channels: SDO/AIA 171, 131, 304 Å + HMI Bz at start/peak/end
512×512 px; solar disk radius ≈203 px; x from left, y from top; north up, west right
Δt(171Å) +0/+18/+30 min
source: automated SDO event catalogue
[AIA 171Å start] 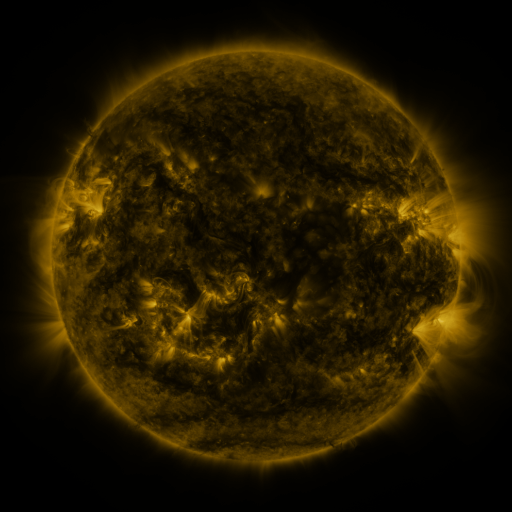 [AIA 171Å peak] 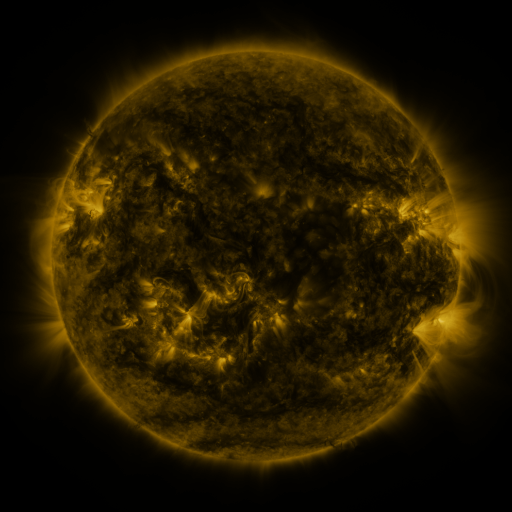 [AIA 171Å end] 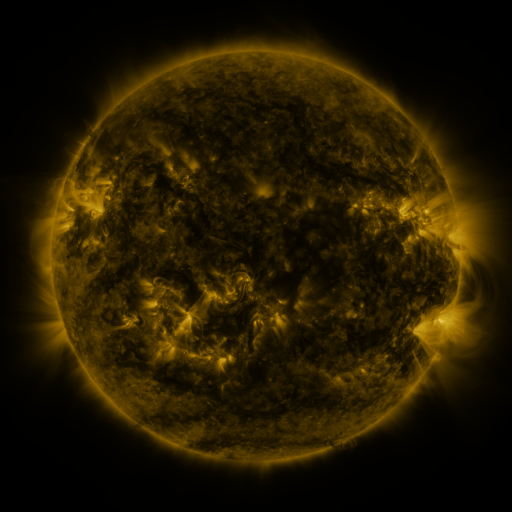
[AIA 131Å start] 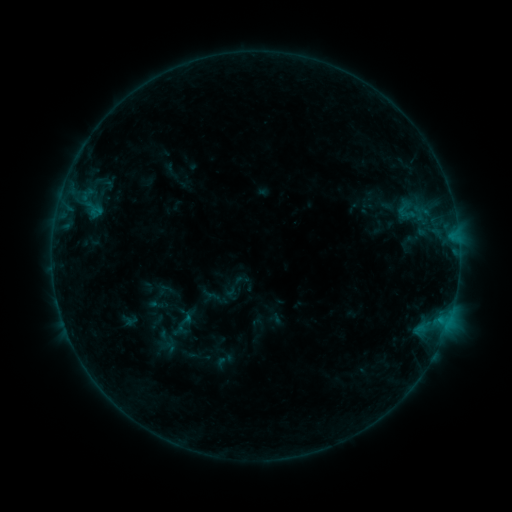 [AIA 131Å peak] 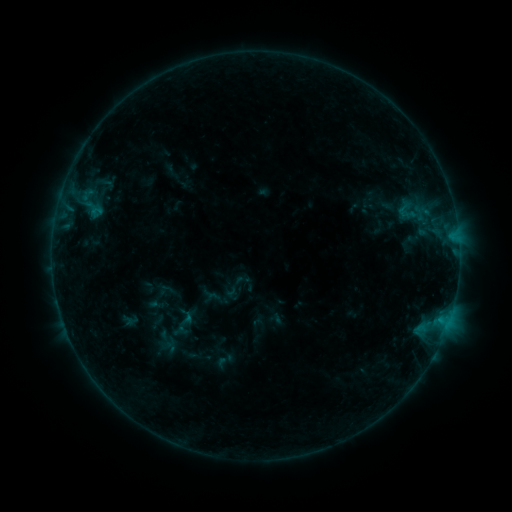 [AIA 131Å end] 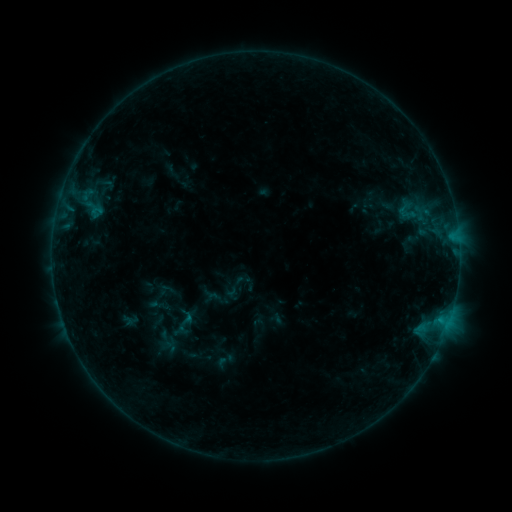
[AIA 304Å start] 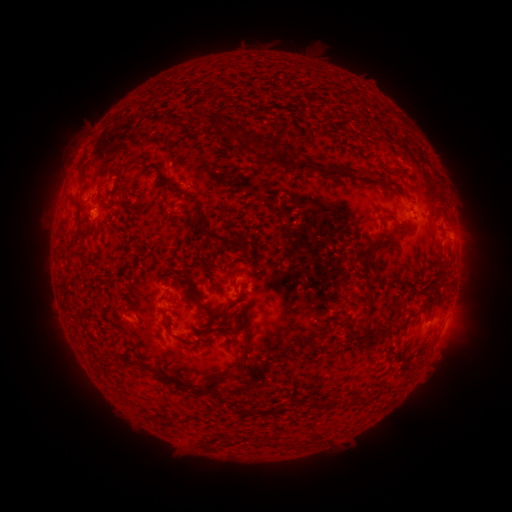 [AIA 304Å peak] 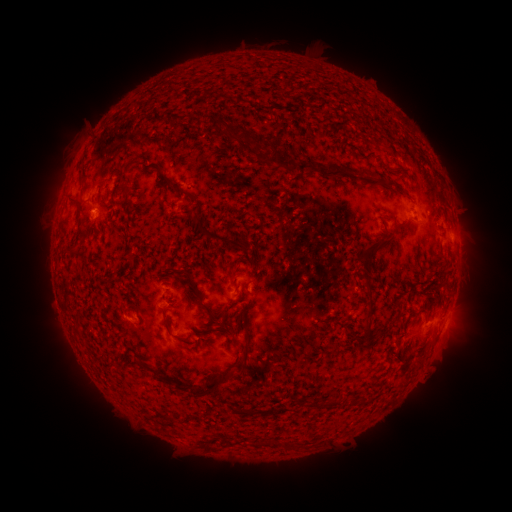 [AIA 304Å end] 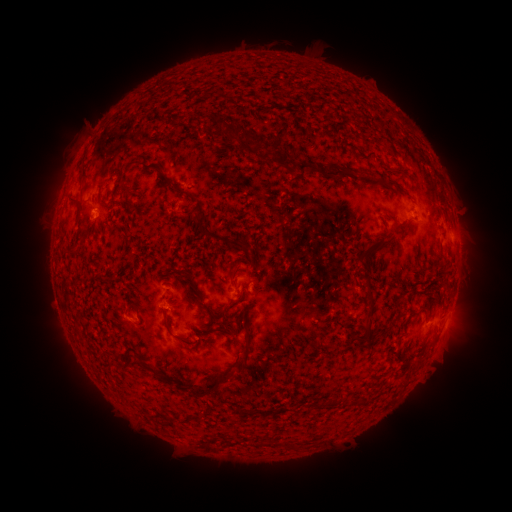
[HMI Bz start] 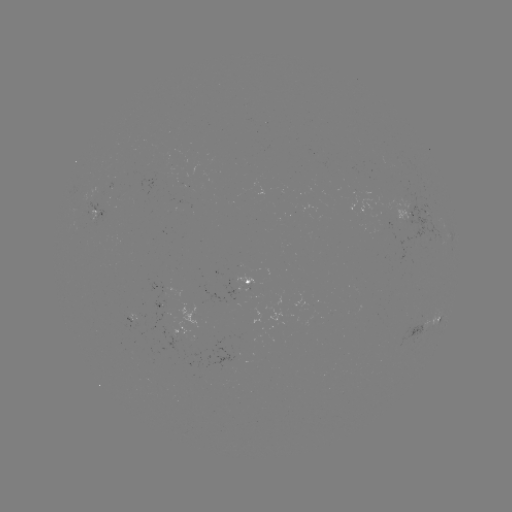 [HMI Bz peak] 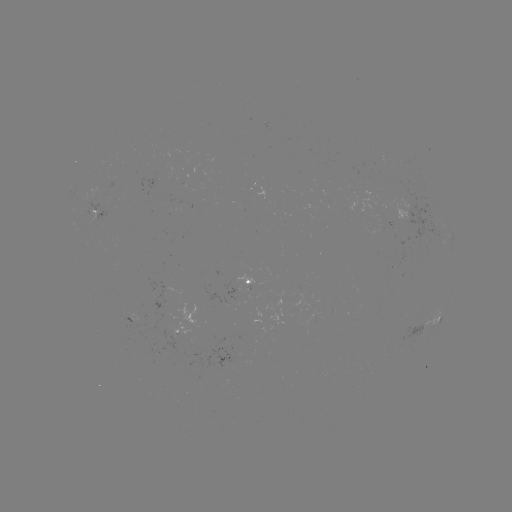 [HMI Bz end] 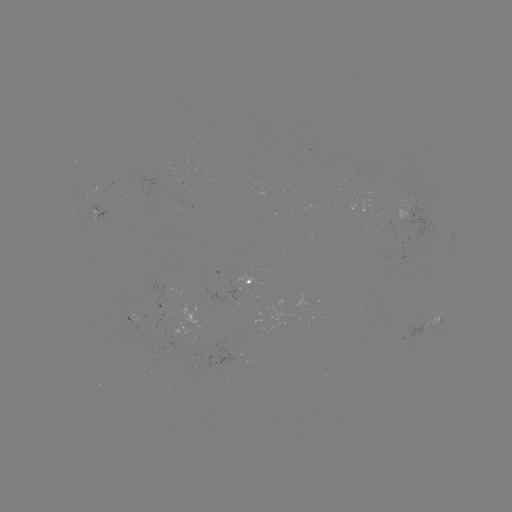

nothing was catalogued: no classed flare, no EUV trigger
